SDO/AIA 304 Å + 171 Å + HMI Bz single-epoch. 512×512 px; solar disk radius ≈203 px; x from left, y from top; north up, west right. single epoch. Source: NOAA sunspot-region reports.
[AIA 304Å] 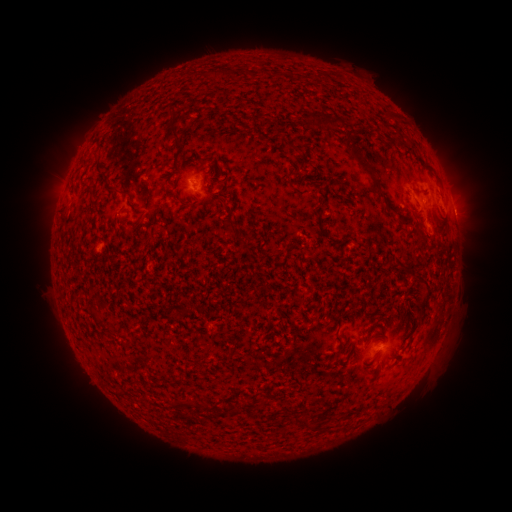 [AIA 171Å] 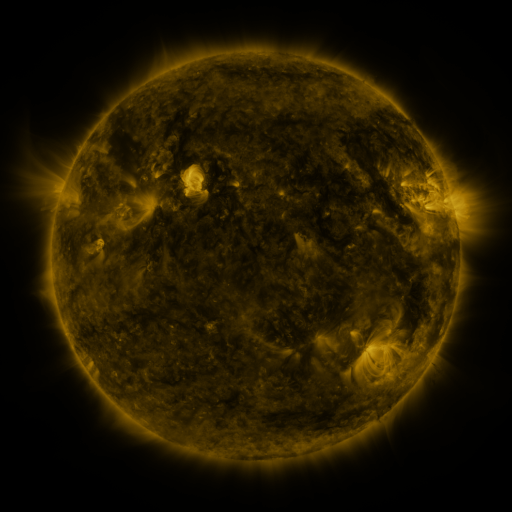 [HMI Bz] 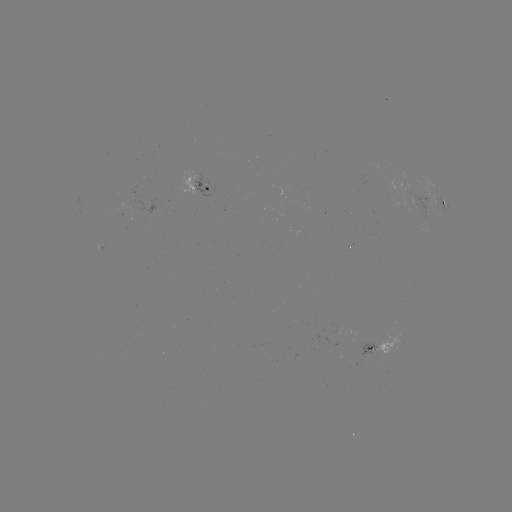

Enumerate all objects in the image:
spotted active region: (198, 185)
spotted active region: (444, 200)
spotted active region: (380, 350)
